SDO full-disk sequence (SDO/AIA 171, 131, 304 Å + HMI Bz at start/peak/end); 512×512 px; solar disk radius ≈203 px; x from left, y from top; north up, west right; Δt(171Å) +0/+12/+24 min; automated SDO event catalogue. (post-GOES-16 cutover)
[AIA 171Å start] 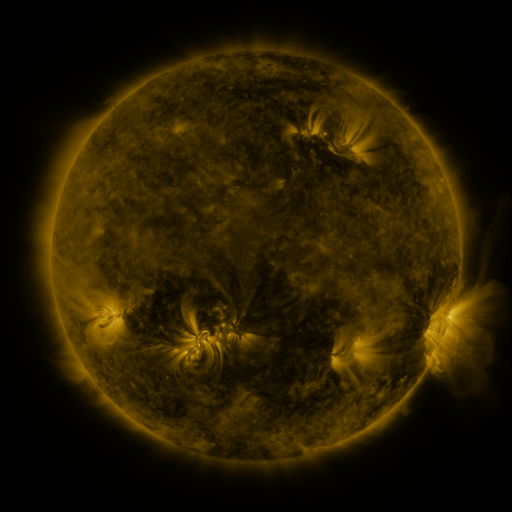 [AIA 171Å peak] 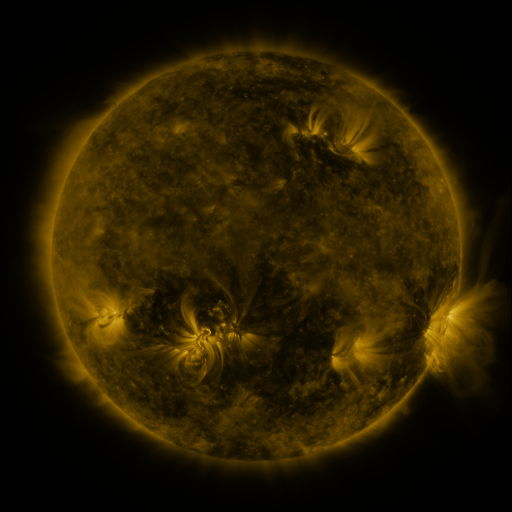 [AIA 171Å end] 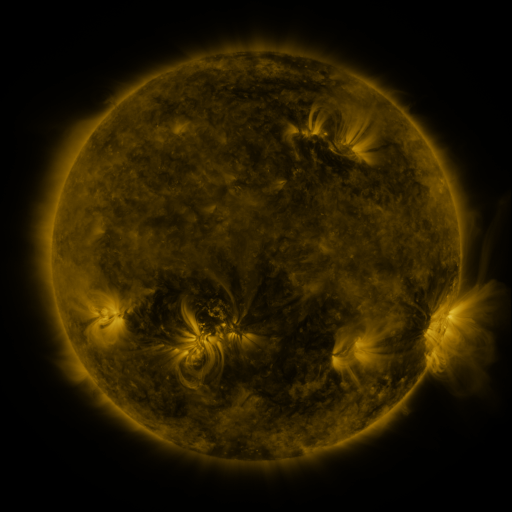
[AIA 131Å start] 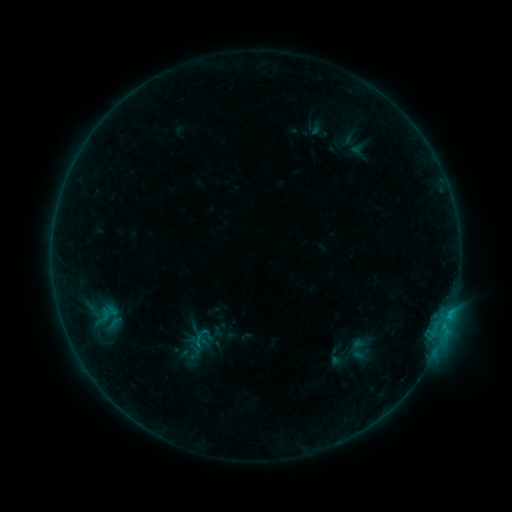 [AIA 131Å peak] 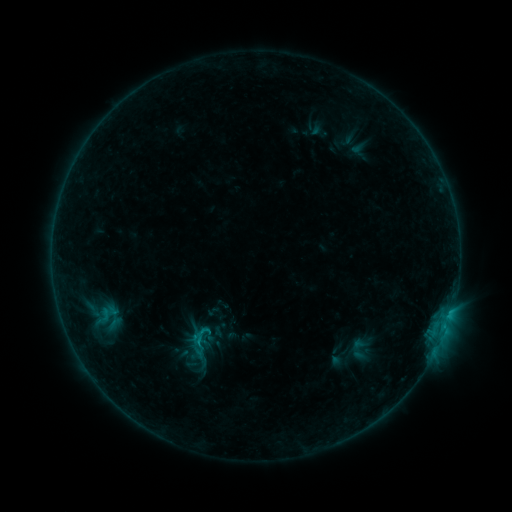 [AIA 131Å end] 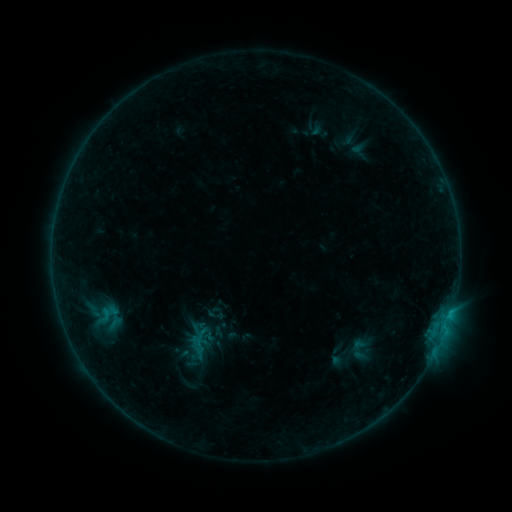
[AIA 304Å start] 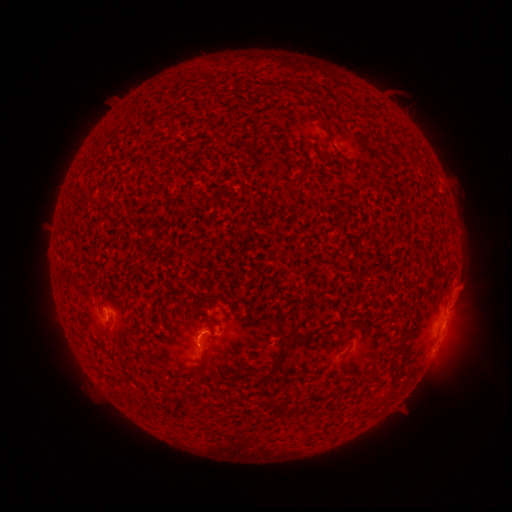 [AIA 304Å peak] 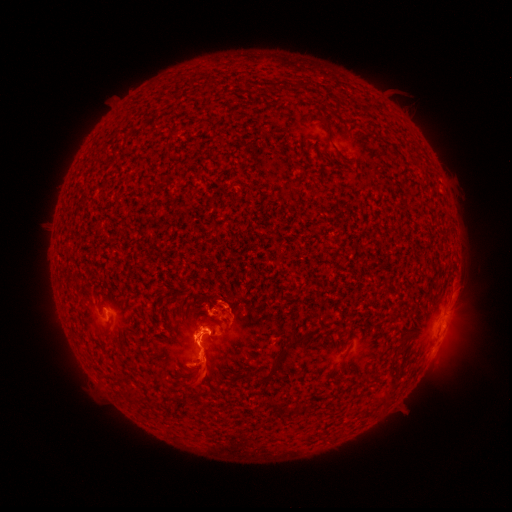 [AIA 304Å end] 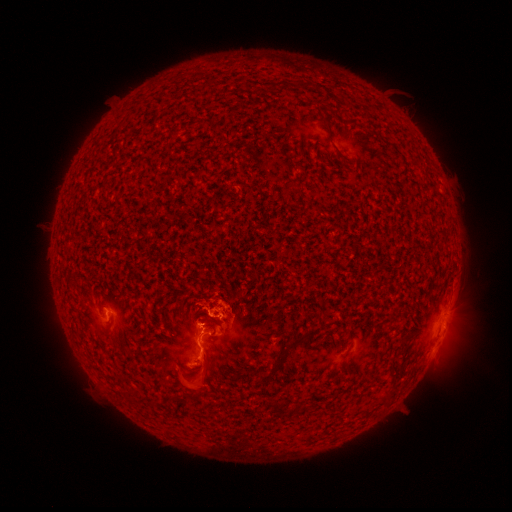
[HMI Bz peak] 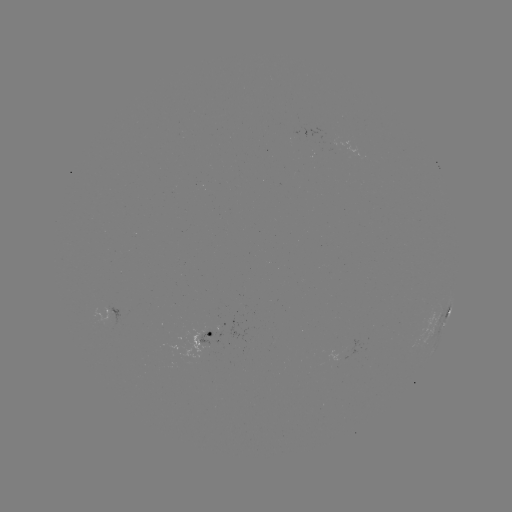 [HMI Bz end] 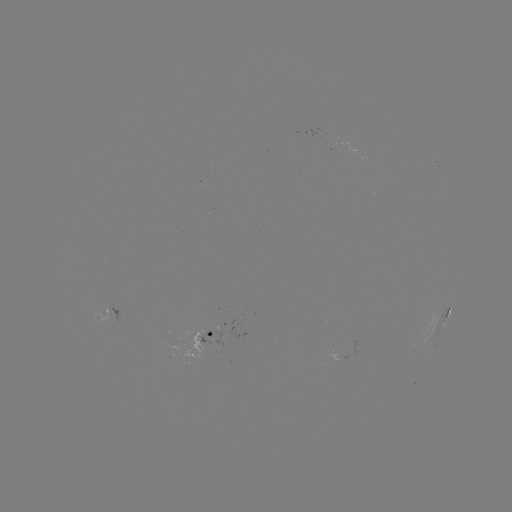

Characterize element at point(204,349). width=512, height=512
eruption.